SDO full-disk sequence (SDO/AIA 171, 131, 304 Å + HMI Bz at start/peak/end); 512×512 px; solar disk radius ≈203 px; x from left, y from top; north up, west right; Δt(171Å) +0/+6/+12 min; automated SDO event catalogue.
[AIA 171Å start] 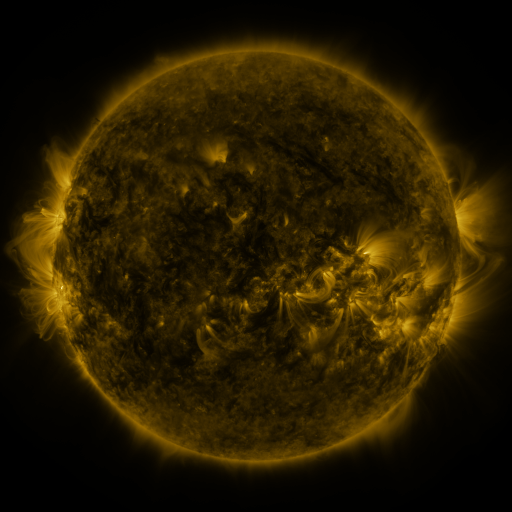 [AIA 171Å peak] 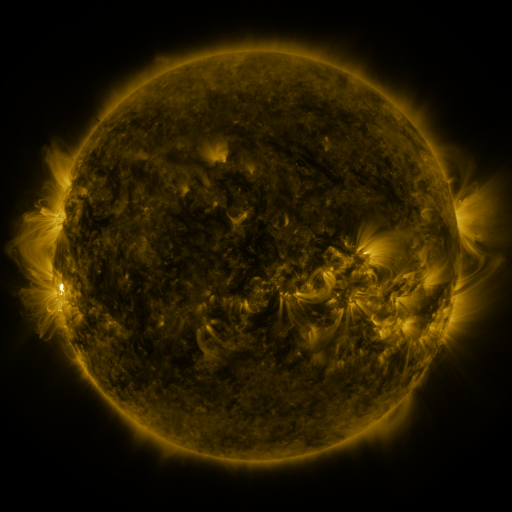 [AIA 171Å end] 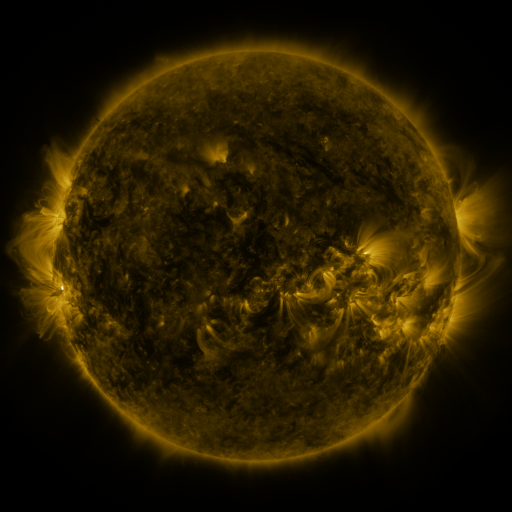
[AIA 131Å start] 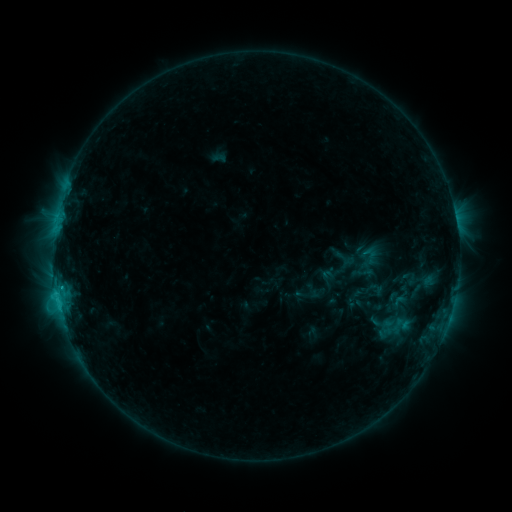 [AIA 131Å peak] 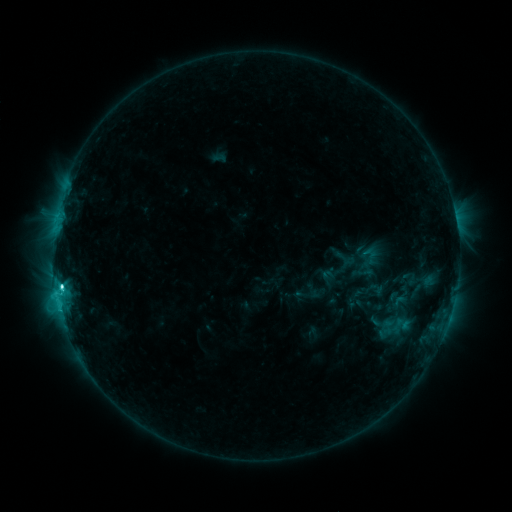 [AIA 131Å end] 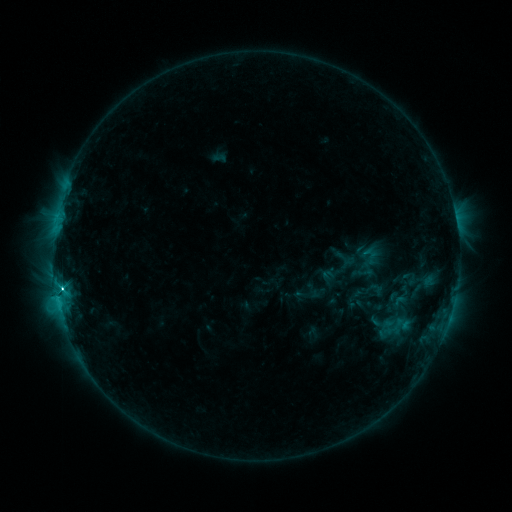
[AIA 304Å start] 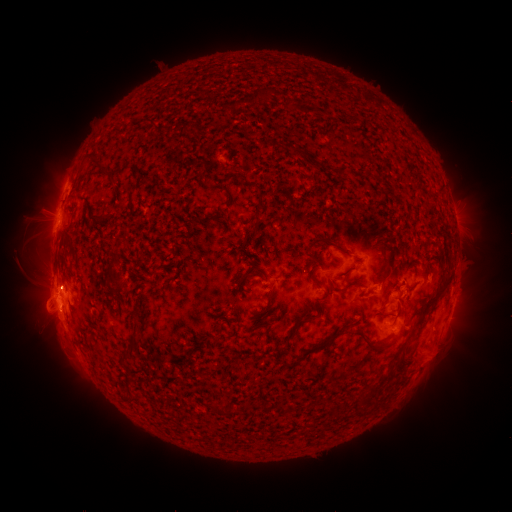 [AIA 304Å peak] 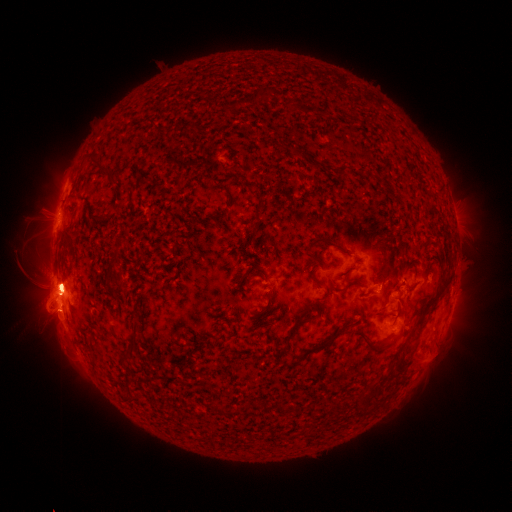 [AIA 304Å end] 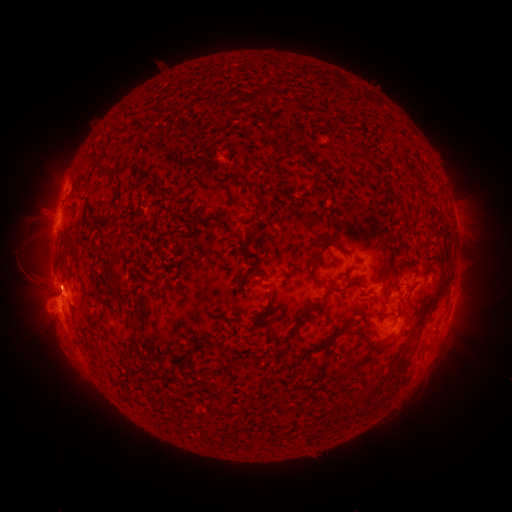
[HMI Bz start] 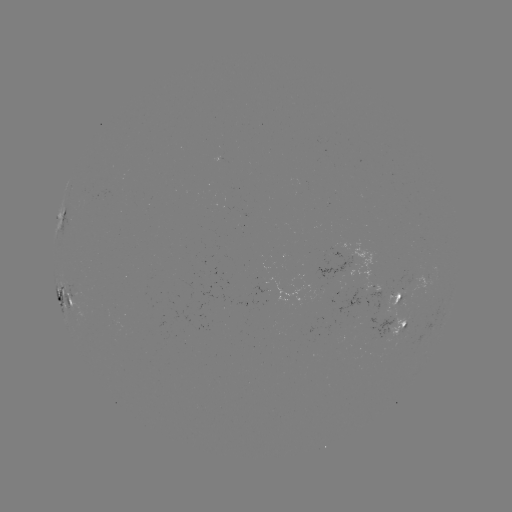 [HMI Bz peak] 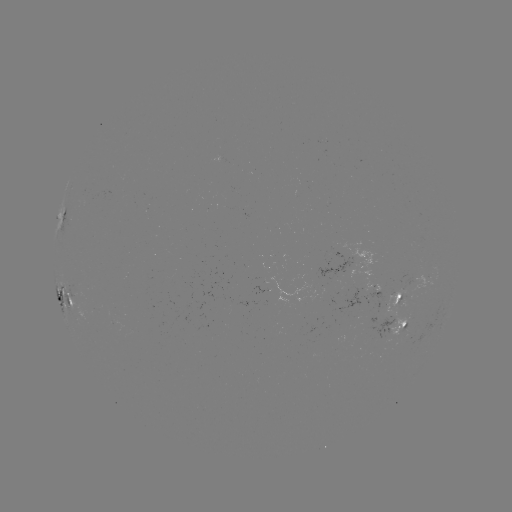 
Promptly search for M3.6 flare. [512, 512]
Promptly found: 62,285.